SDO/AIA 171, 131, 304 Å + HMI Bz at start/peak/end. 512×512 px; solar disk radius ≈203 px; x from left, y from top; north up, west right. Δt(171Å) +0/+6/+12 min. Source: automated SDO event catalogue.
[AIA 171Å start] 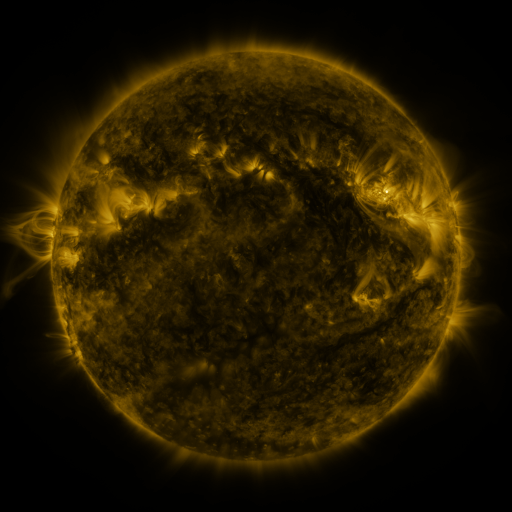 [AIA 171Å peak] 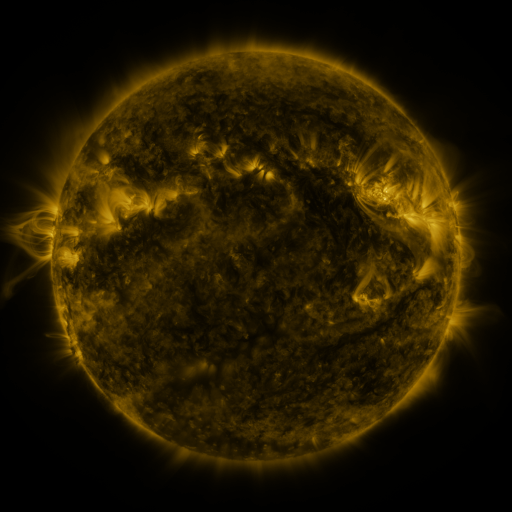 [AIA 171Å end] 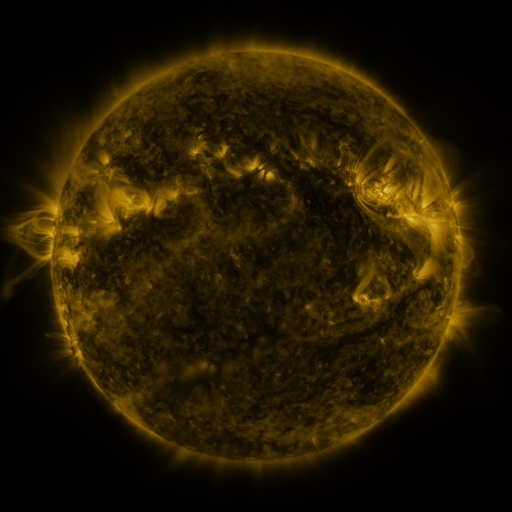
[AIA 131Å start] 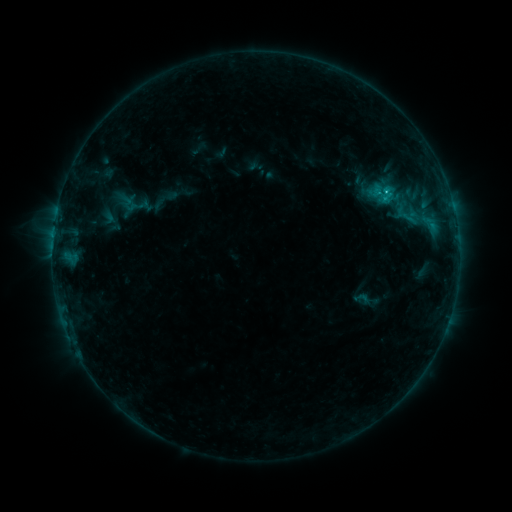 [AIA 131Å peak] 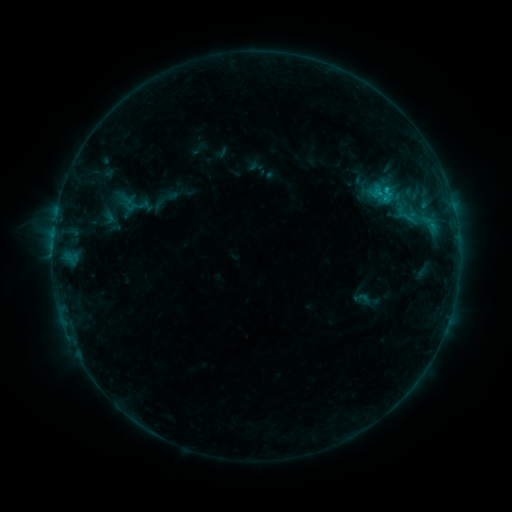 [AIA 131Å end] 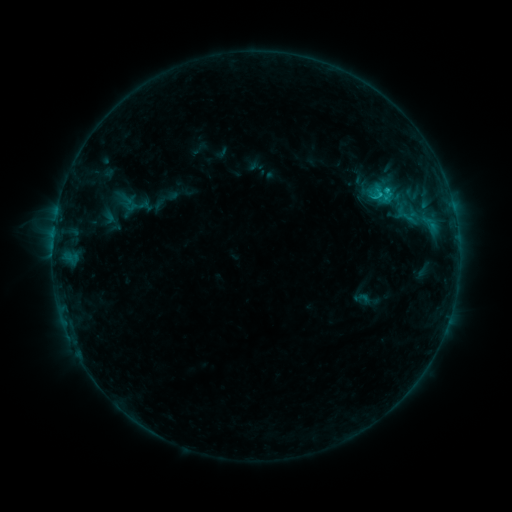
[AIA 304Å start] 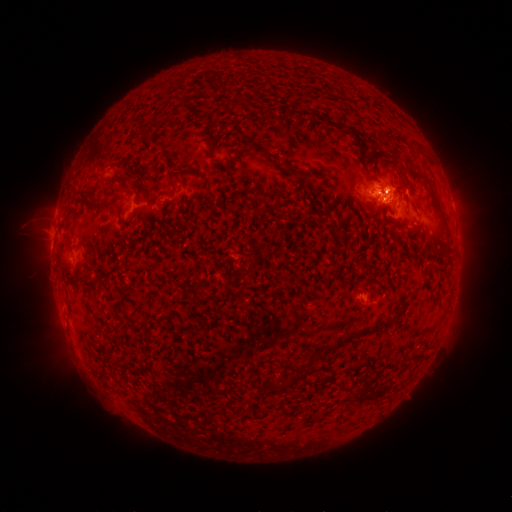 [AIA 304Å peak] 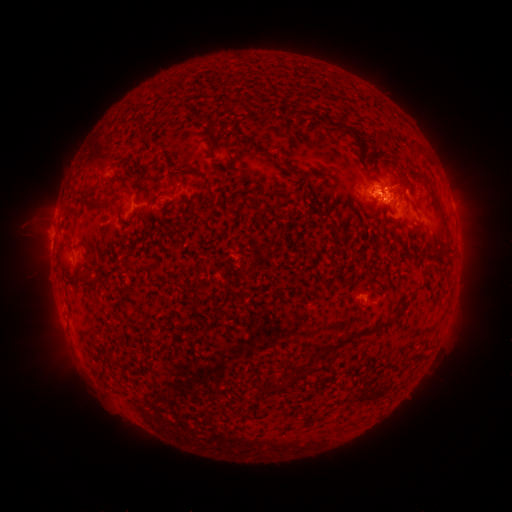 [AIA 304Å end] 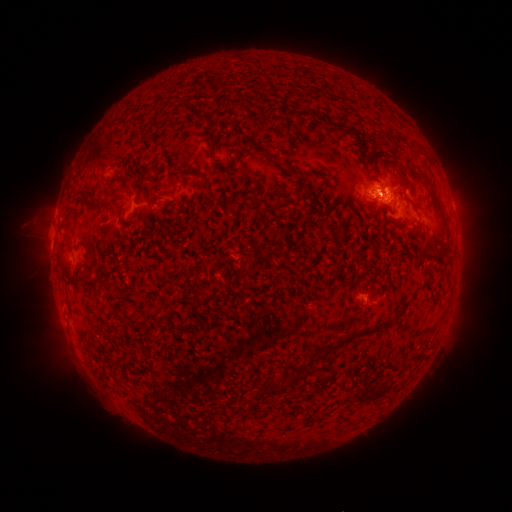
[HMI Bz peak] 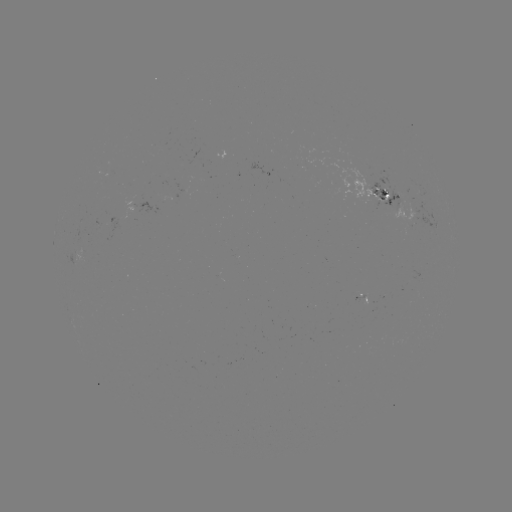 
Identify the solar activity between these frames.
C1.0 flare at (378, 195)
